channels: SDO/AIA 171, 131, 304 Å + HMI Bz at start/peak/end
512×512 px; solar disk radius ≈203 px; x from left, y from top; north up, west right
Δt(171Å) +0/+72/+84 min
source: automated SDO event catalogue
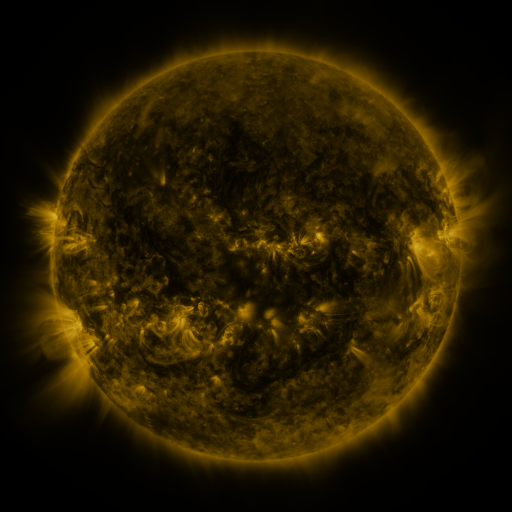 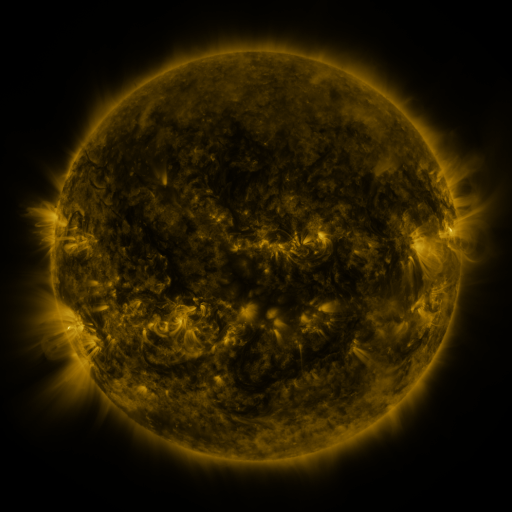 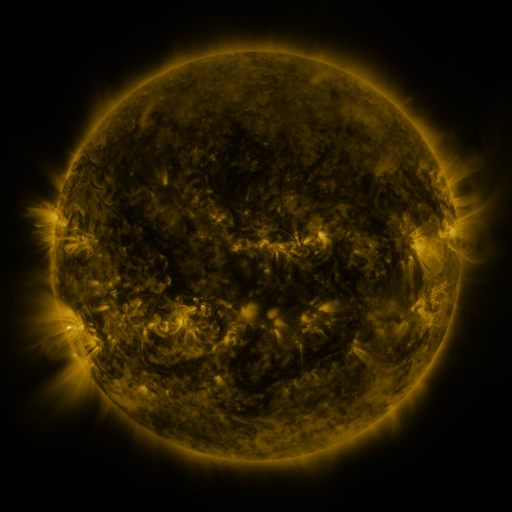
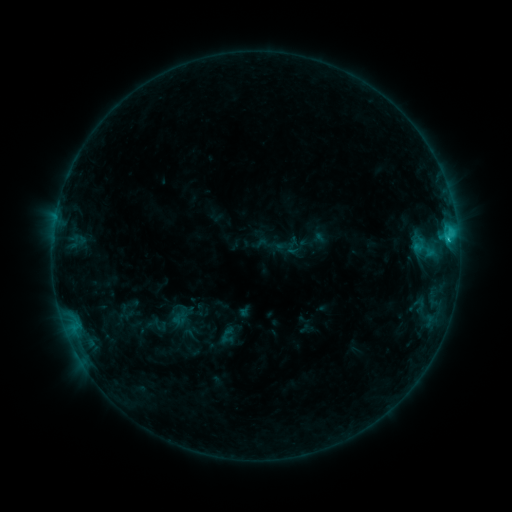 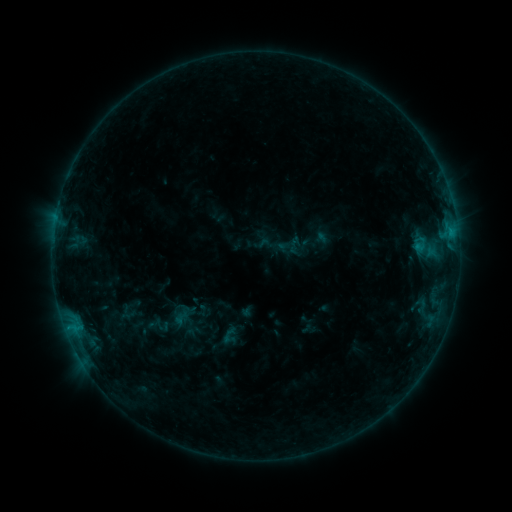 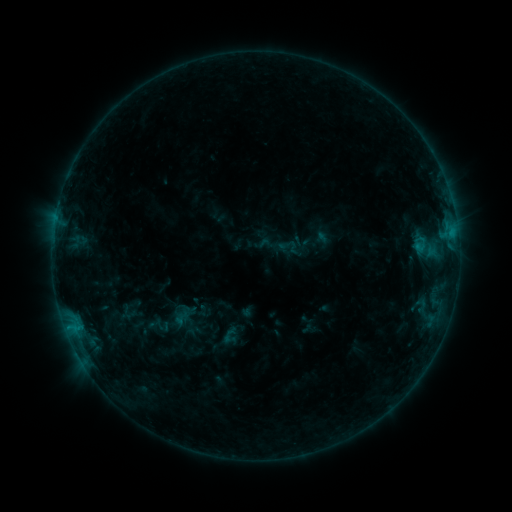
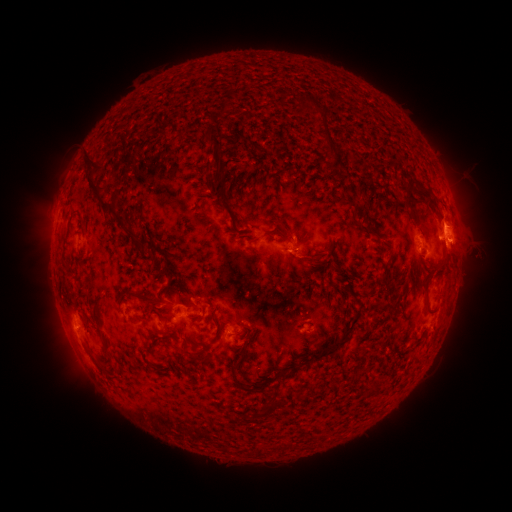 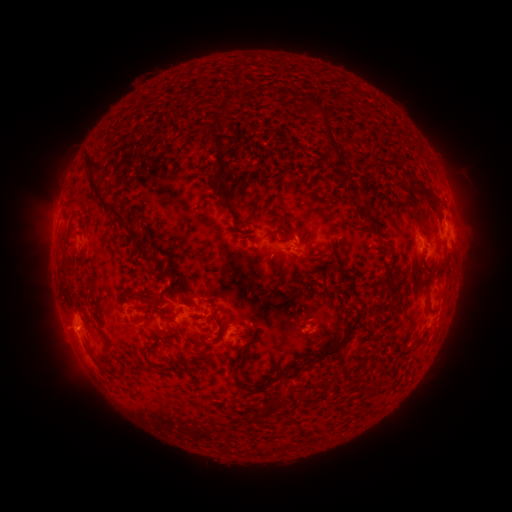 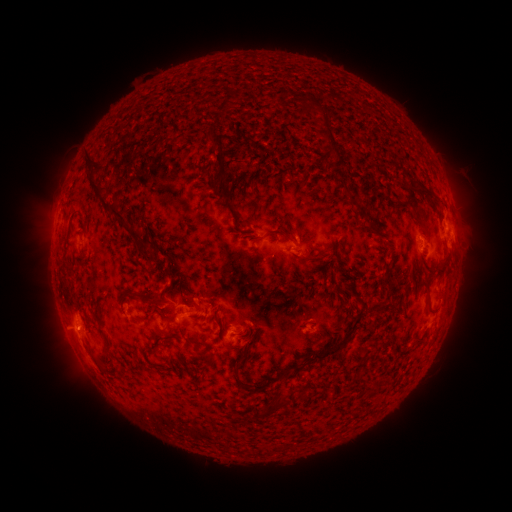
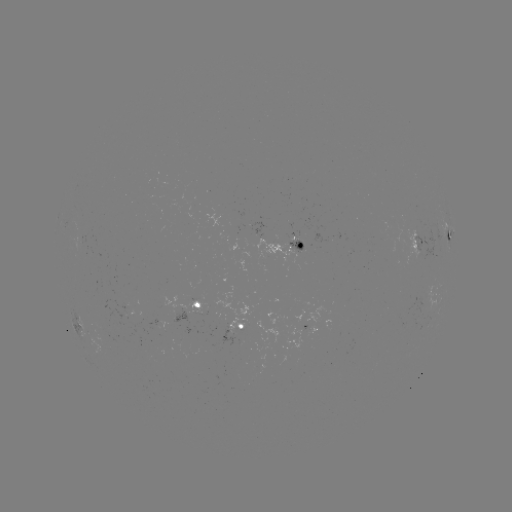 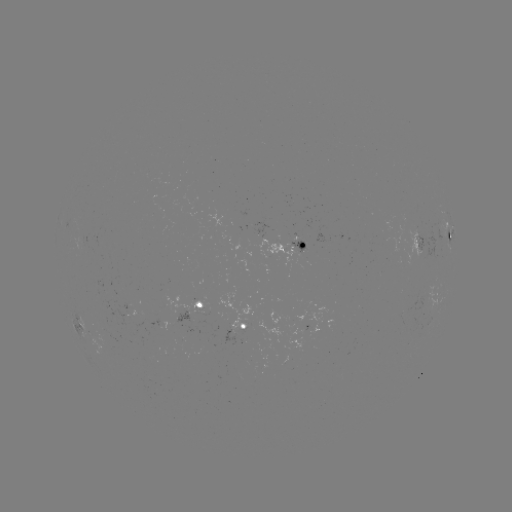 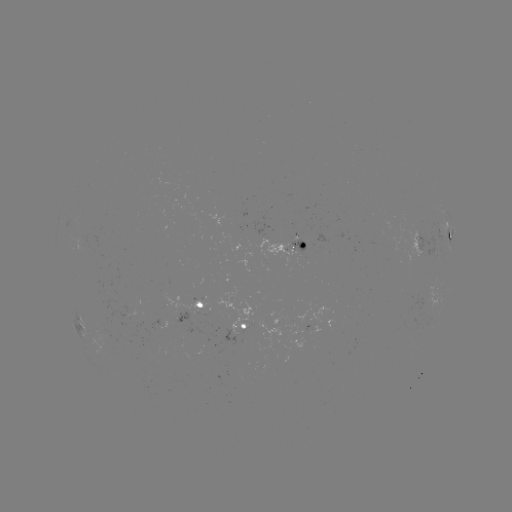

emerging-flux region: <bbox>403, 230, 423, 265</bbox>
